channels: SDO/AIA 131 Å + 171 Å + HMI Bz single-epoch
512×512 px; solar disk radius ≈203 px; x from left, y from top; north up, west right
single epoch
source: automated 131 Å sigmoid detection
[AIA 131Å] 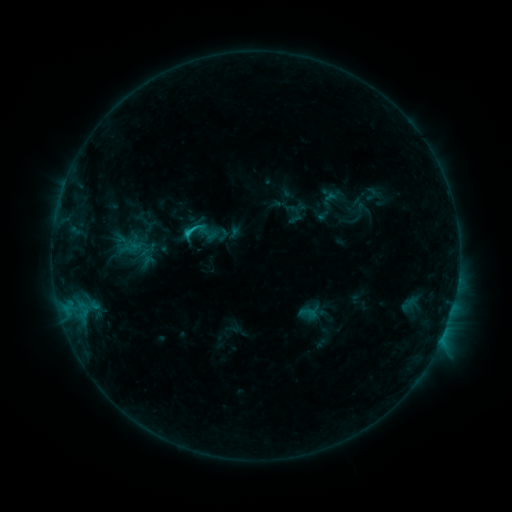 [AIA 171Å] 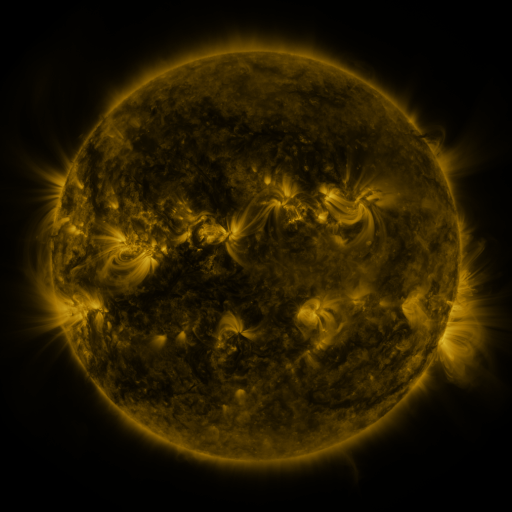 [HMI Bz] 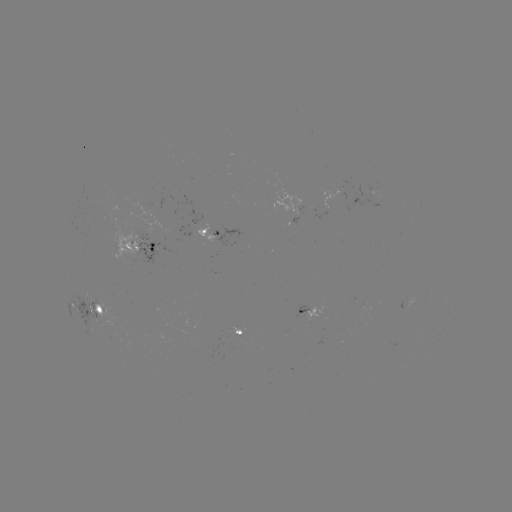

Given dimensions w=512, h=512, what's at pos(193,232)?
sigmoid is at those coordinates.